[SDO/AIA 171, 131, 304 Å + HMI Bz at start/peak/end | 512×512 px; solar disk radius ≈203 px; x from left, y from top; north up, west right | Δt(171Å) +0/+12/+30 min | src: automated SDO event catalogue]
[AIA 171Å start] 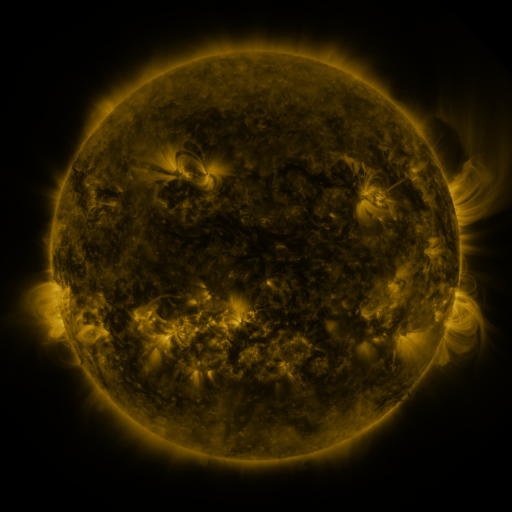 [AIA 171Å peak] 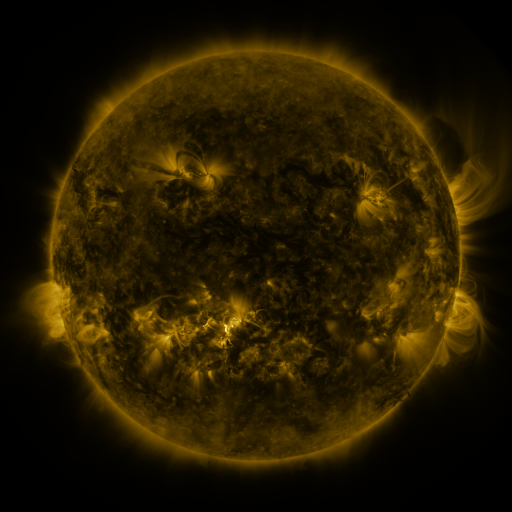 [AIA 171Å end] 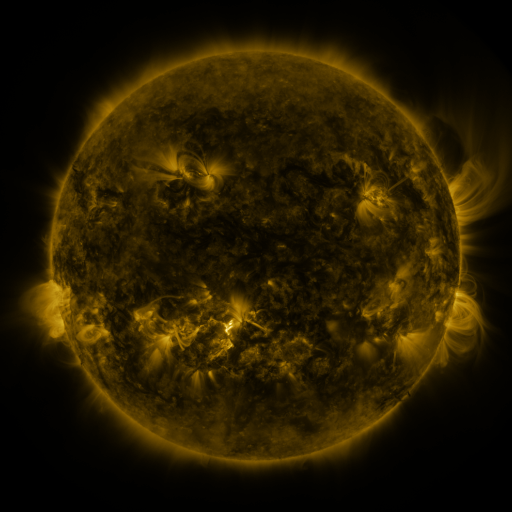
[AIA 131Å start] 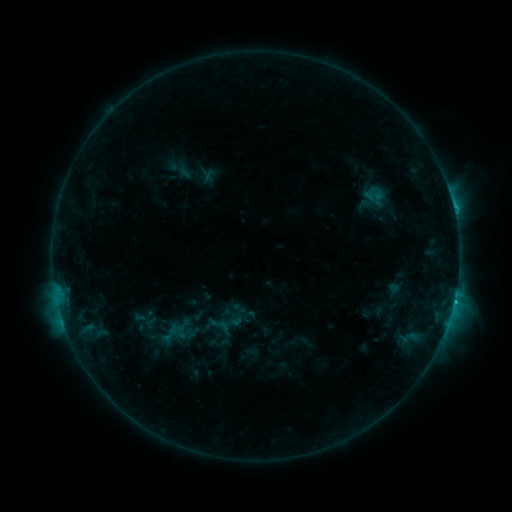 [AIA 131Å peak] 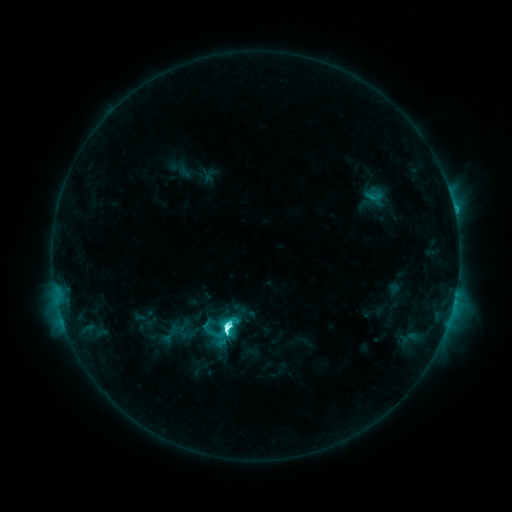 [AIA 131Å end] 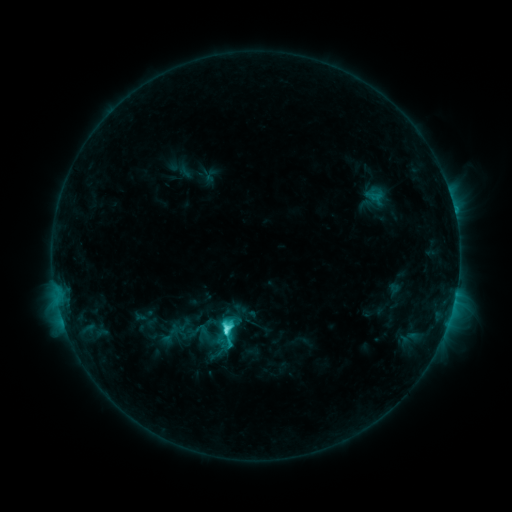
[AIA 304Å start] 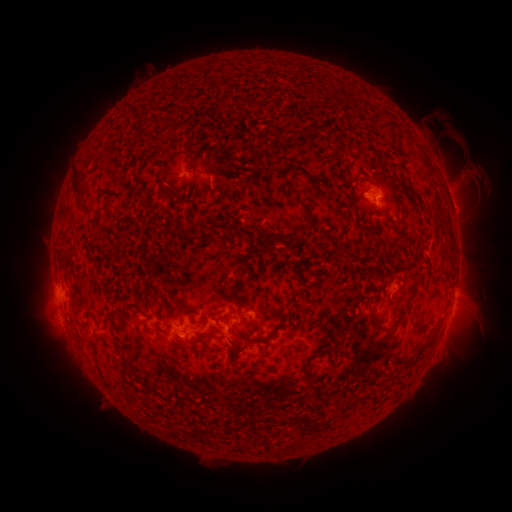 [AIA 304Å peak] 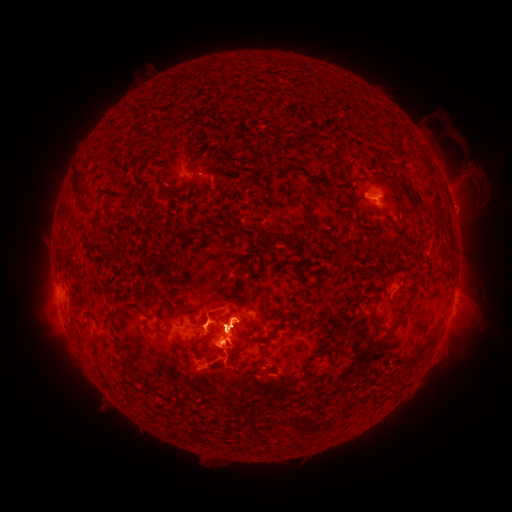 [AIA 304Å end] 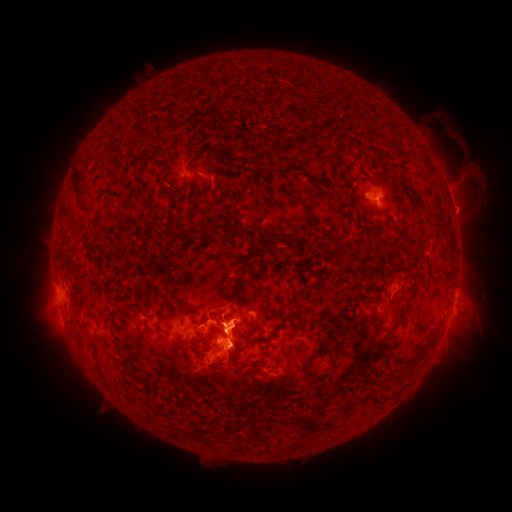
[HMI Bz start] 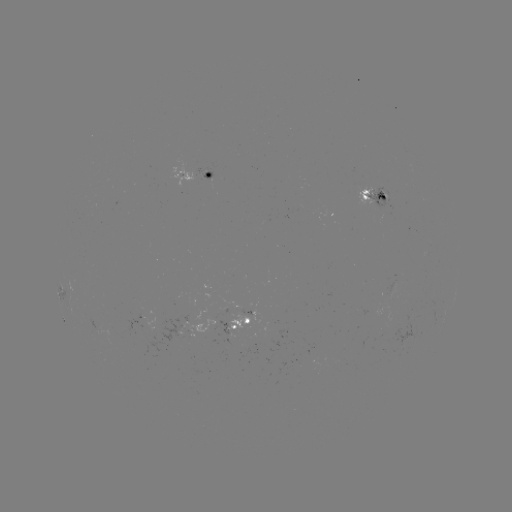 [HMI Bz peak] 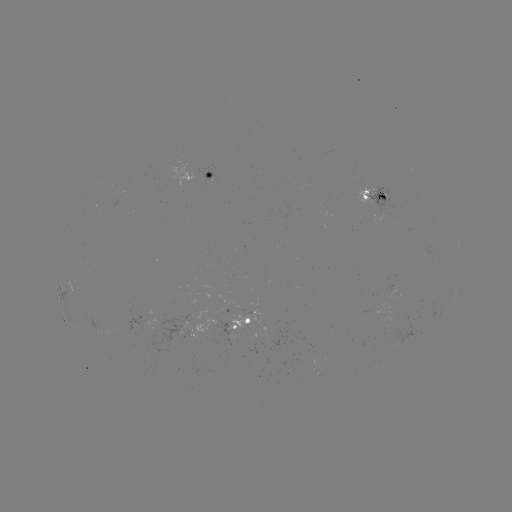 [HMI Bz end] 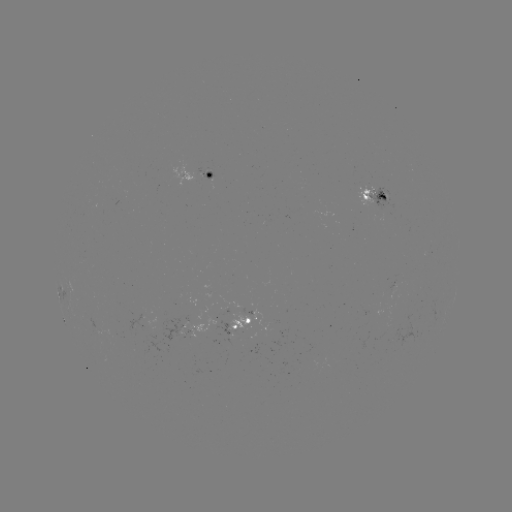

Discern M1.0 flare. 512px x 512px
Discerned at (229, 326).